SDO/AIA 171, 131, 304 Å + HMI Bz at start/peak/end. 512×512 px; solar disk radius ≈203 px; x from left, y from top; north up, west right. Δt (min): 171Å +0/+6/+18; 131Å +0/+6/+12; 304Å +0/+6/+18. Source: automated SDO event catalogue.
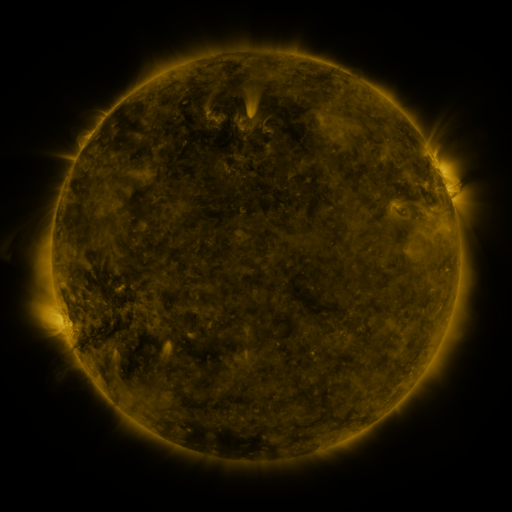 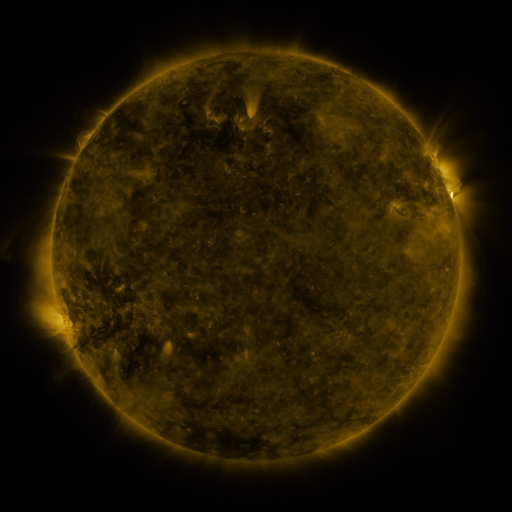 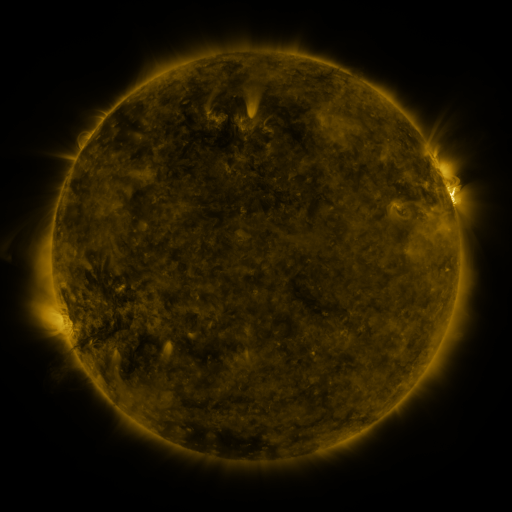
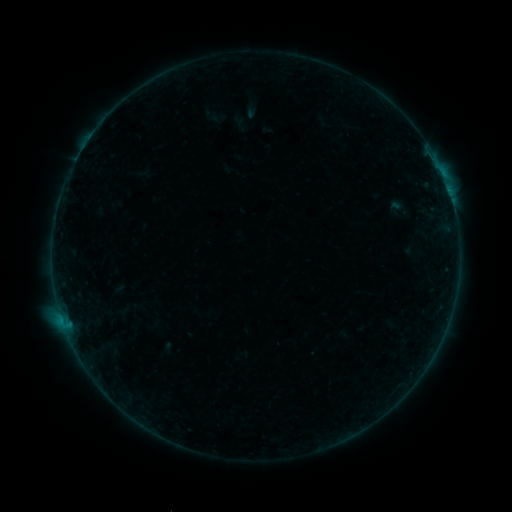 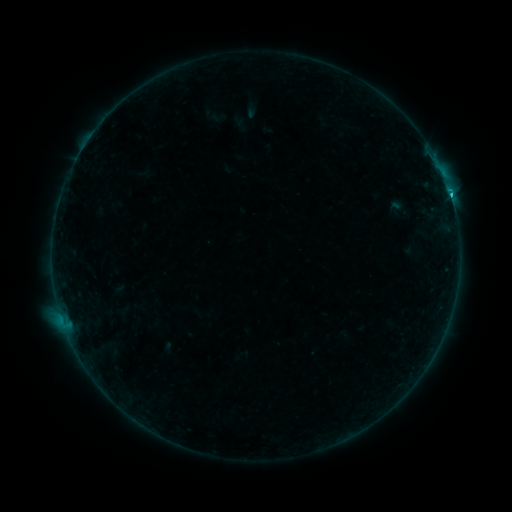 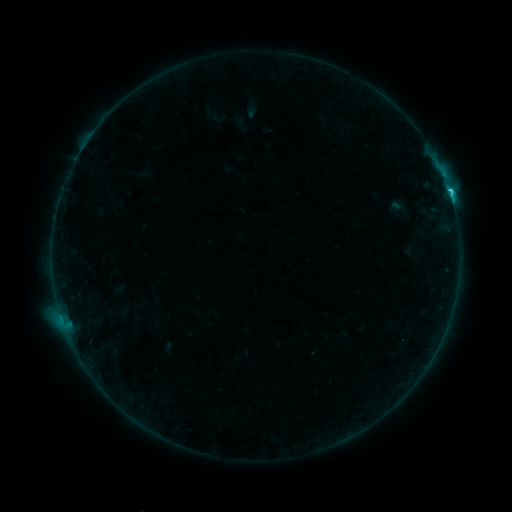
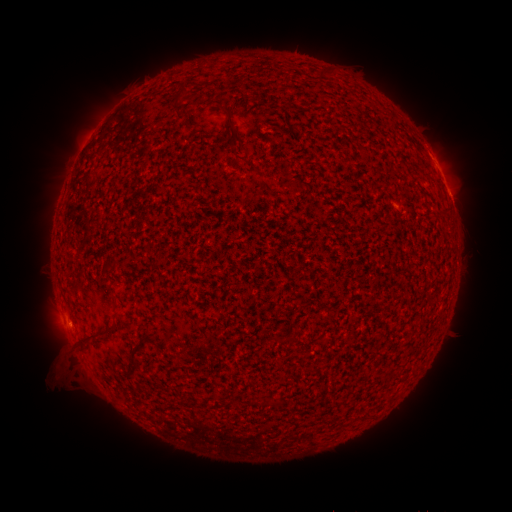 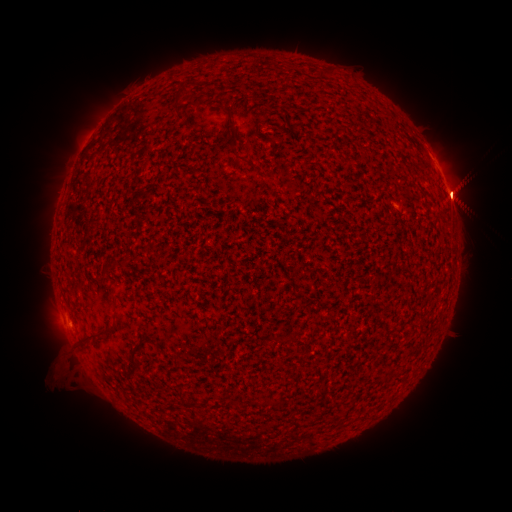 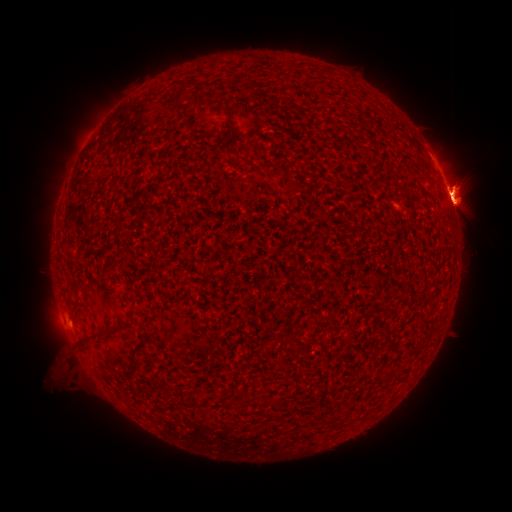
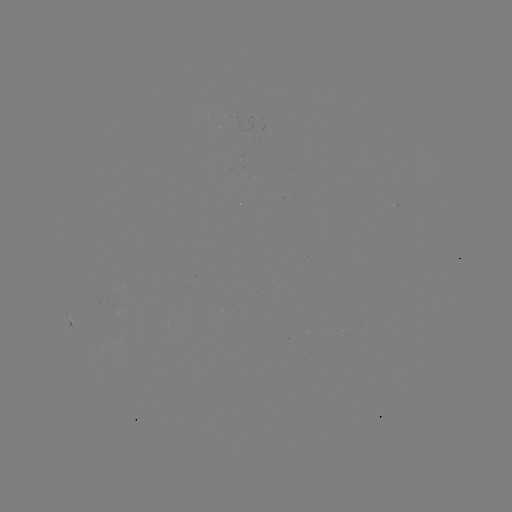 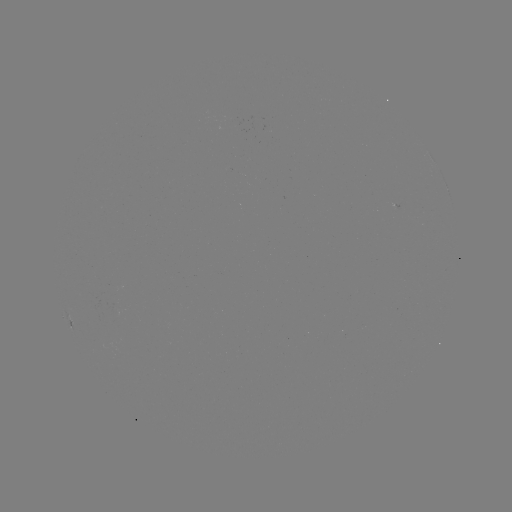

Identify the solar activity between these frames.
eruption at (461, 190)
